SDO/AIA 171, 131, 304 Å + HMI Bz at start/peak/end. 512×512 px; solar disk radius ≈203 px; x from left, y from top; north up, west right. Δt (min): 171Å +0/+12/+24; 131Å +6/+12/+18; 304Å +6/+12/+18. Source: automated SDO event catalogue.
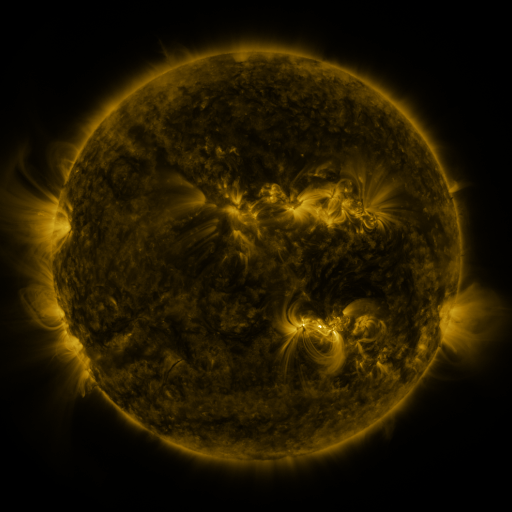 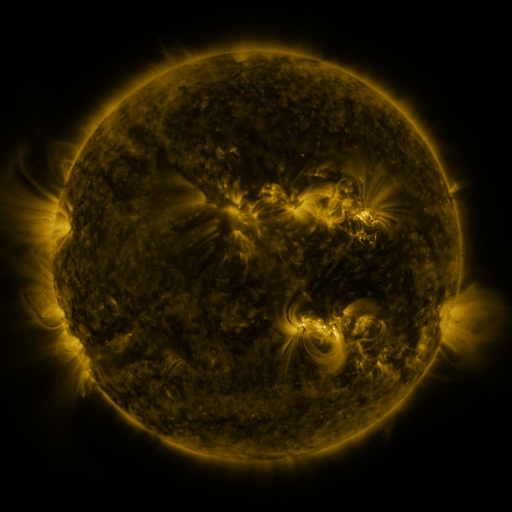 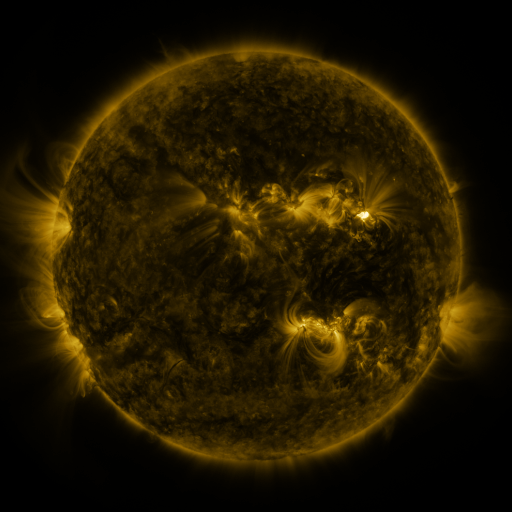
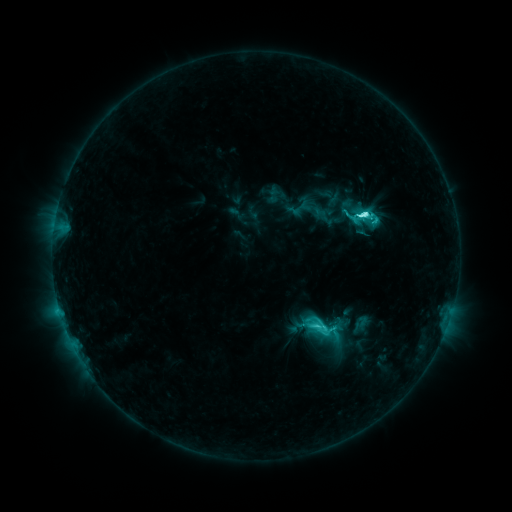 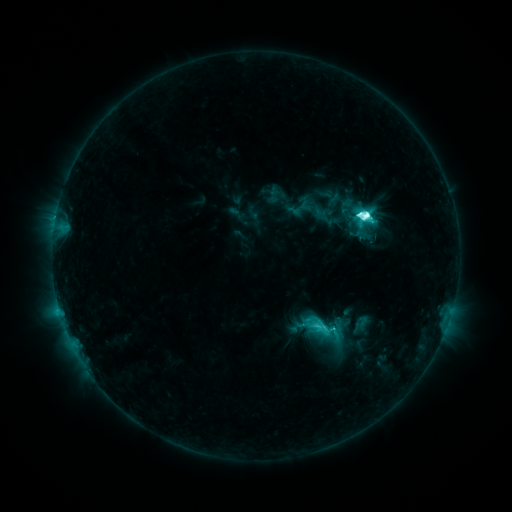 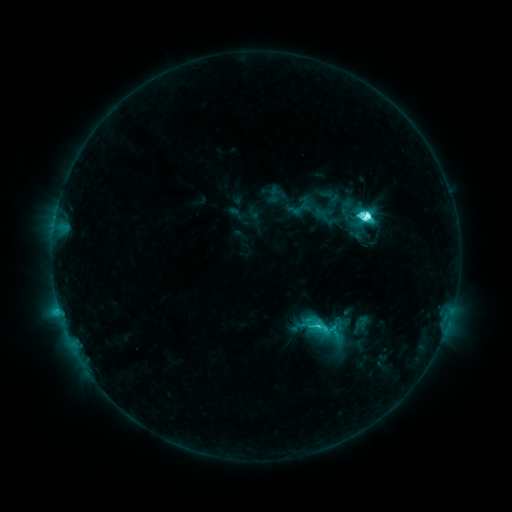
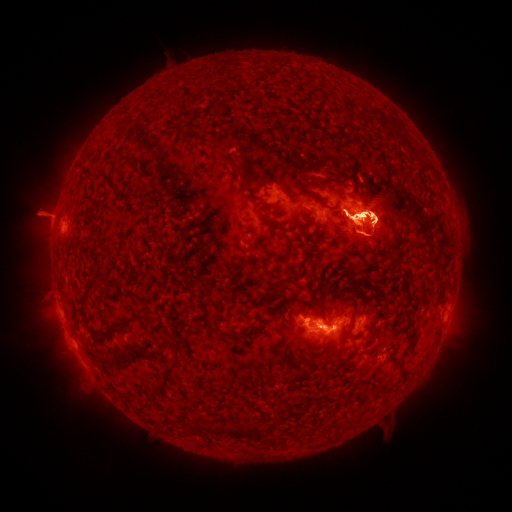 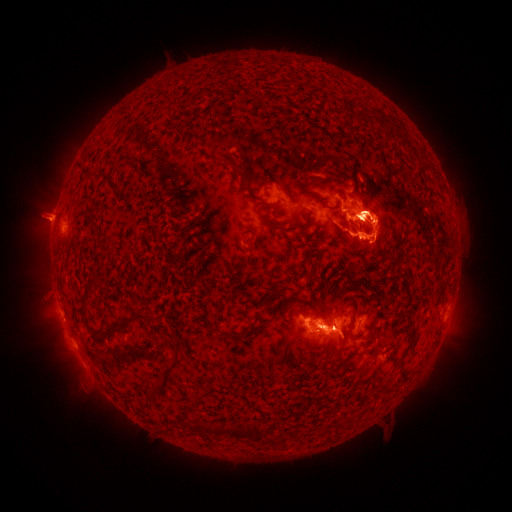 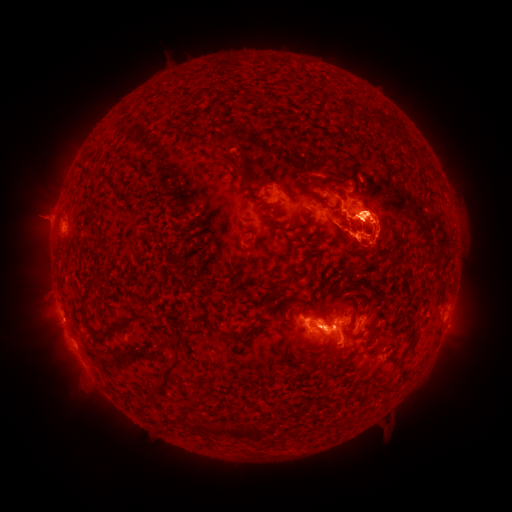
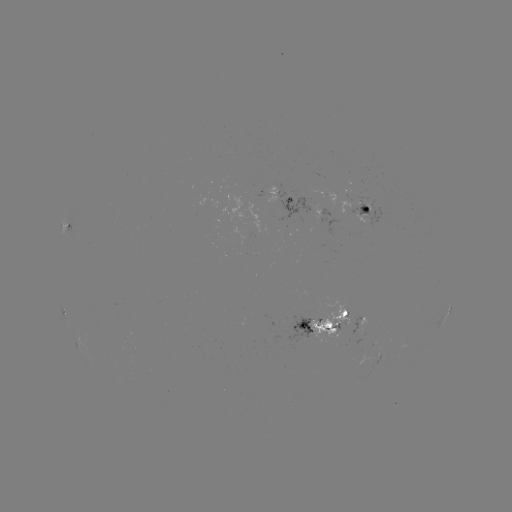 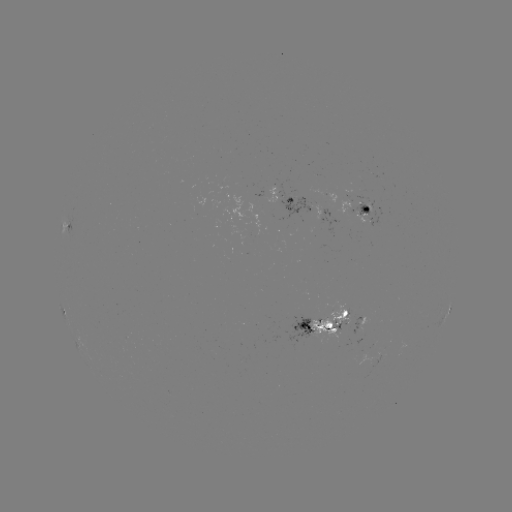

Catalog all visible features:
eruption: (436, 236)
